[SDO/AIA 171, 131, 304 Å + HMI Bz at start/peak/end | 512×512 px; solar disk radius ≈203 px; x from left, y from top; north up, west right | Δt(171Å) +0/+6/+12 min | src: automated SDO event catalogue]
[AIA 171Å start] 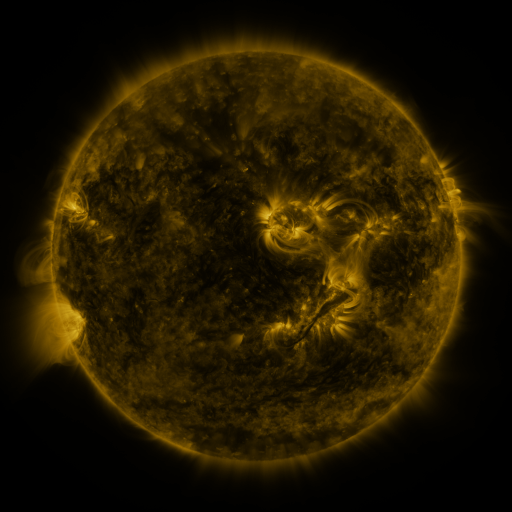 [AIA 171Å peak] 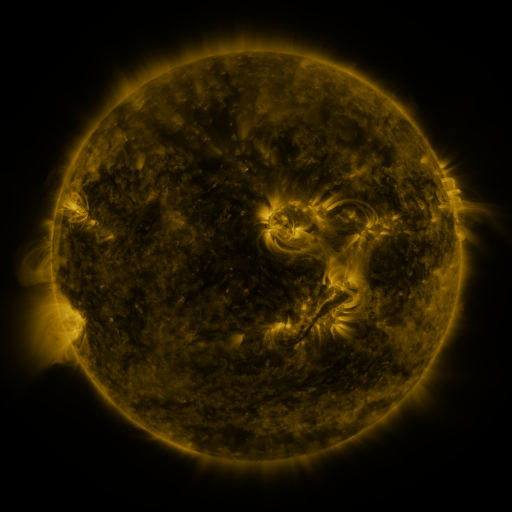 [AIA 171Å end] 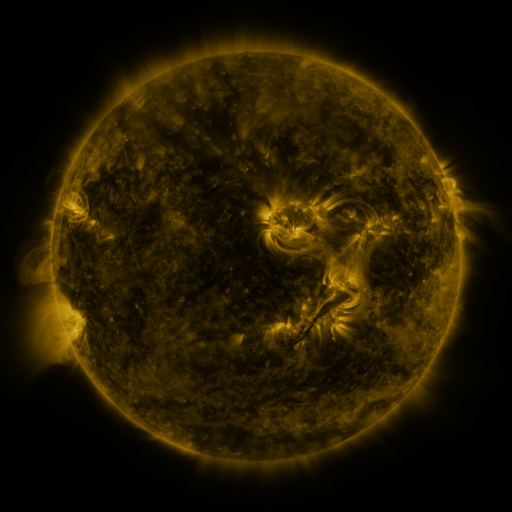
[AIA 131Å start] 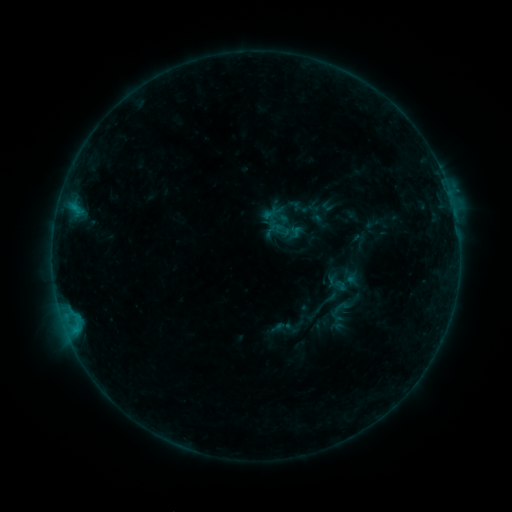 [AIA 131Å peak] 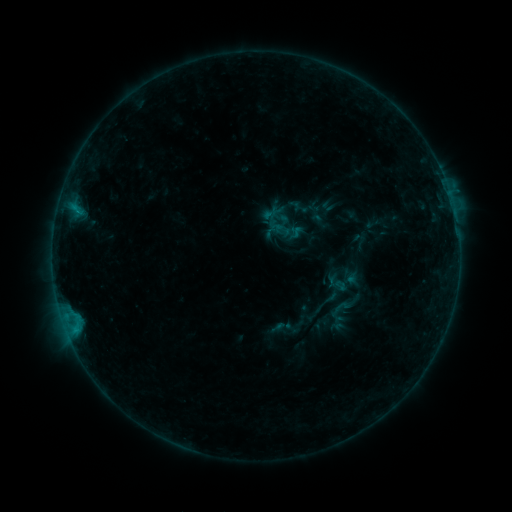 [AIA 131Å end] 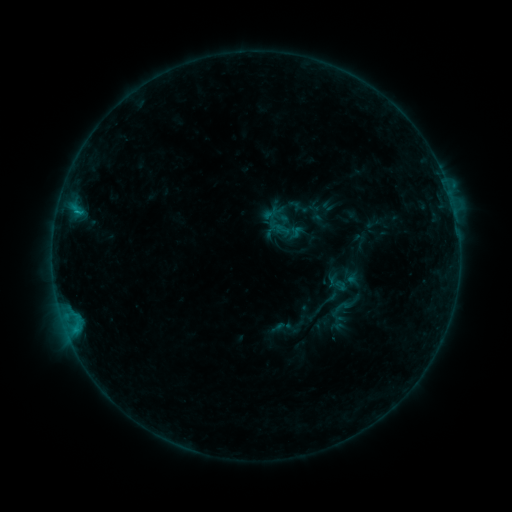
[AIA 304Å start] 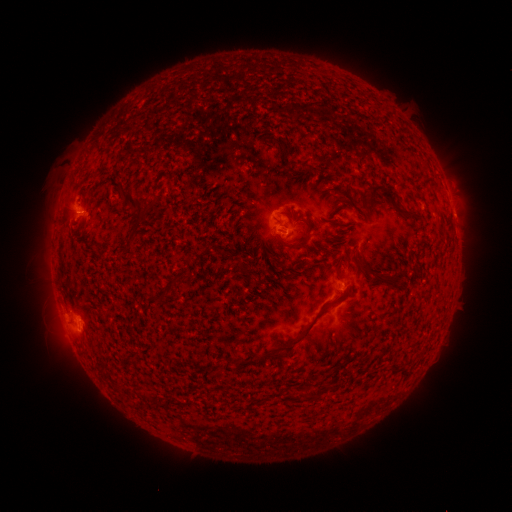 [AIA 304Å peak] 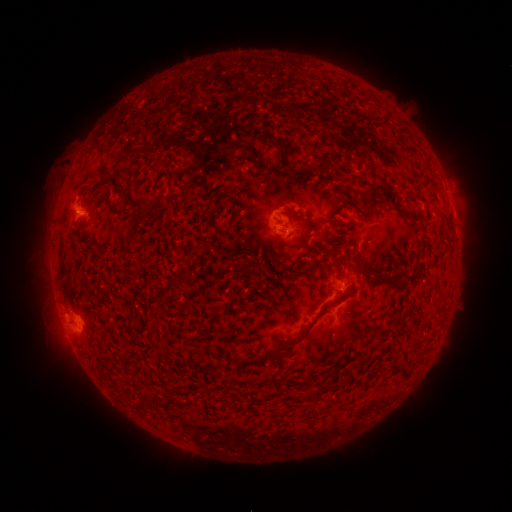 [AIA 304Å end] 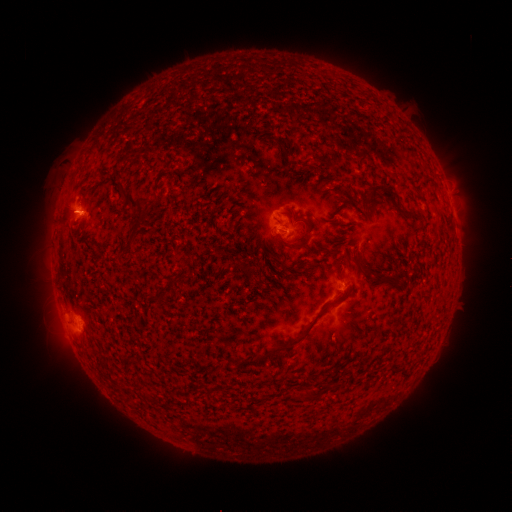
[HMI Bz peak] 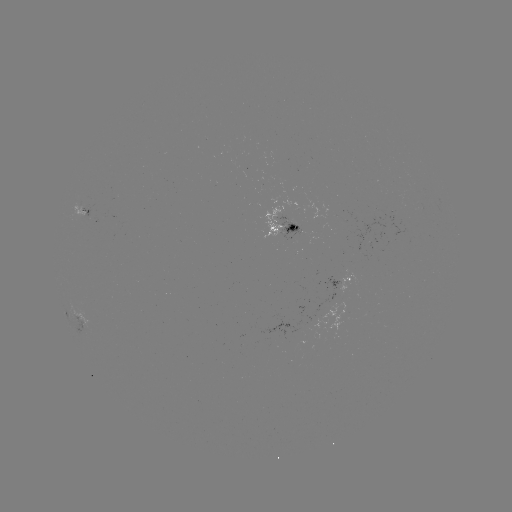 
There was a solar flare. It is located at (280, 233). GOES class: B5.2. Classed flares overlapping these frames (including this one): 1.